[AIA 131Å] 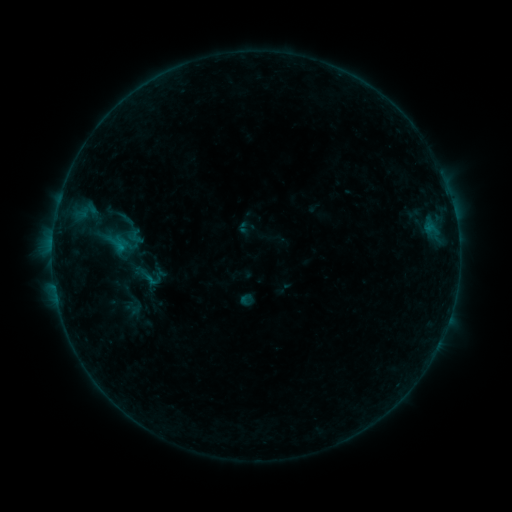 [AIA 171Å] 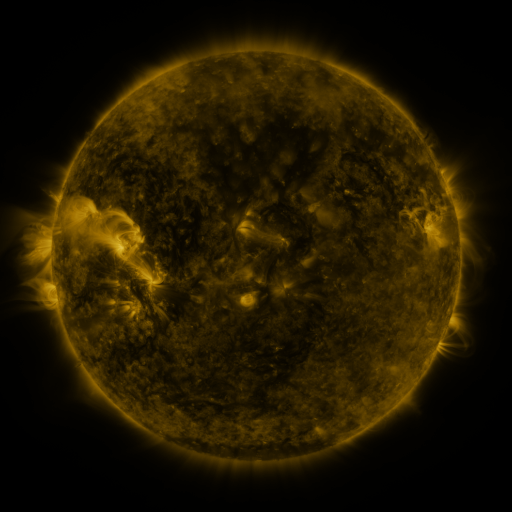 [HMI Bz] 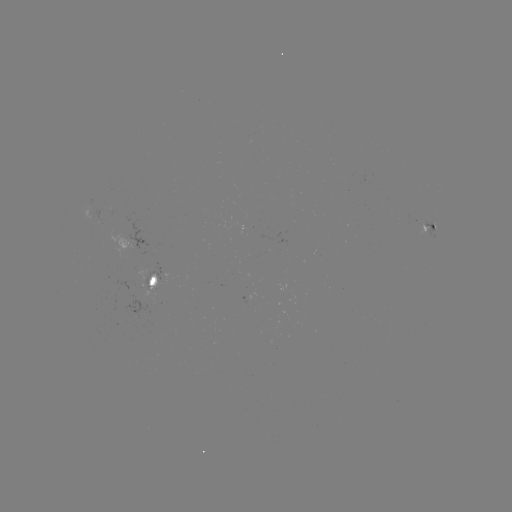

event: sigmoid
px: (135, 236)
